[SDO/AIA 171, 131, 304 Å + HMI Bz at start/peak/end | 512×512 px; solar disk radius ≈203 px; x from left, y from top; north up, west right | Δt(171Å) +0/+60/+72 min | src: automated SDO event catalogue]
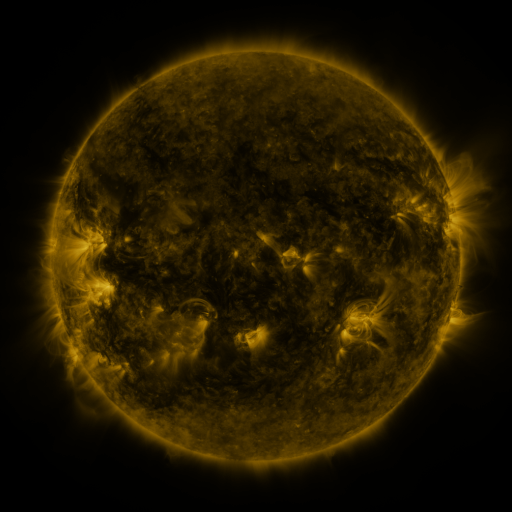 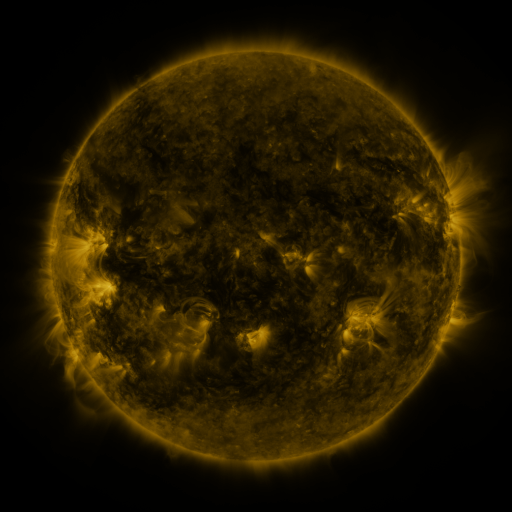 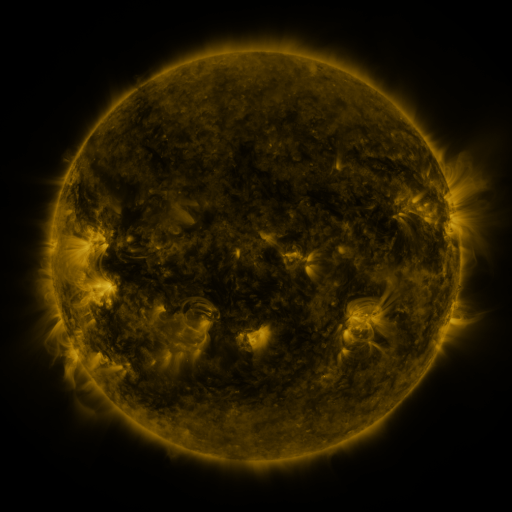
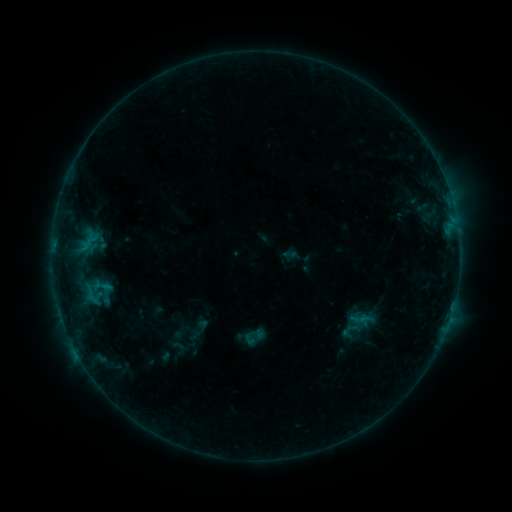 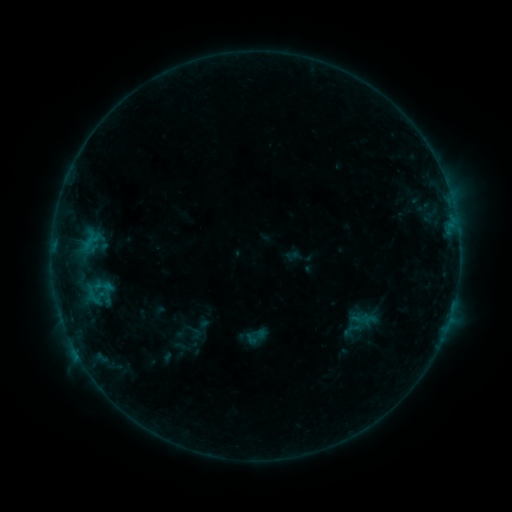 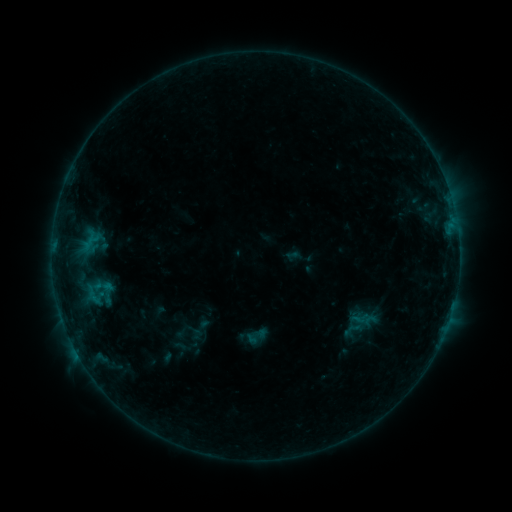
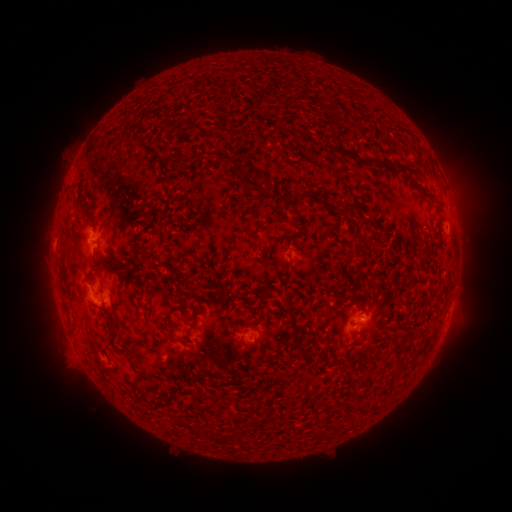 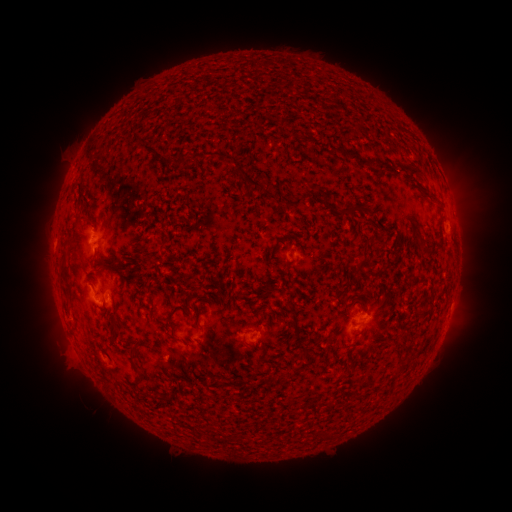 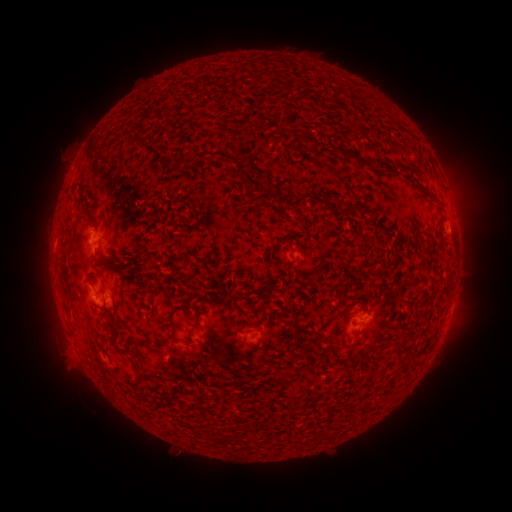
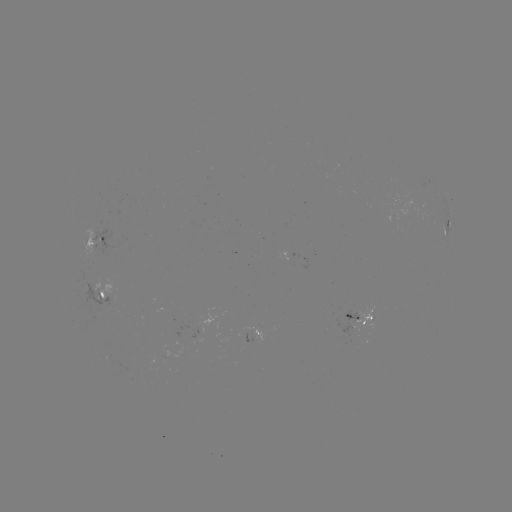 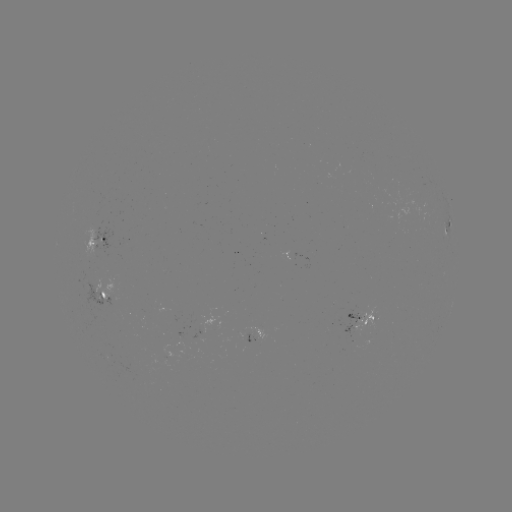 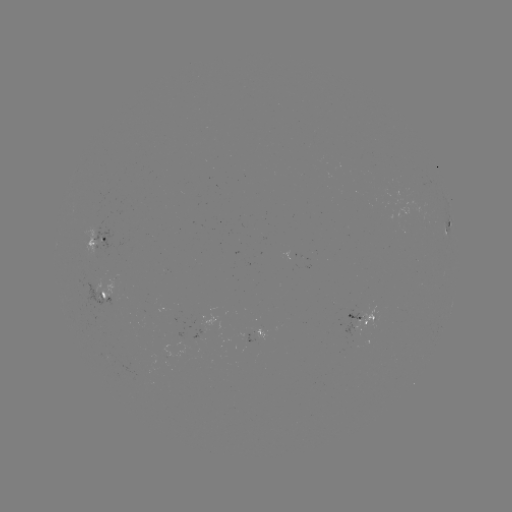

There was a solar emerging-flux region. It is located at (201, 321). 